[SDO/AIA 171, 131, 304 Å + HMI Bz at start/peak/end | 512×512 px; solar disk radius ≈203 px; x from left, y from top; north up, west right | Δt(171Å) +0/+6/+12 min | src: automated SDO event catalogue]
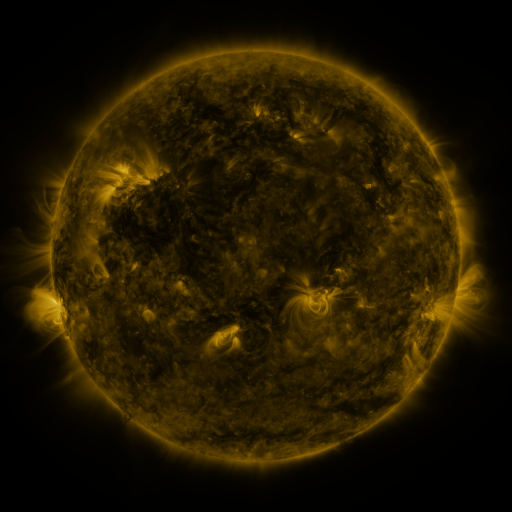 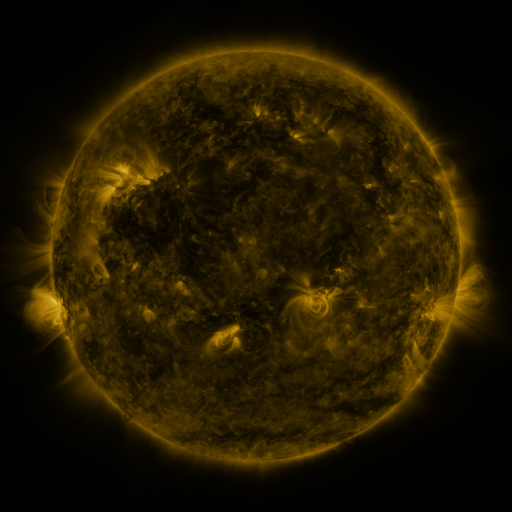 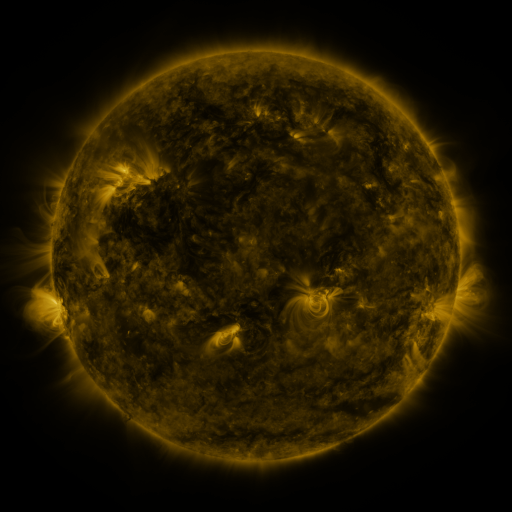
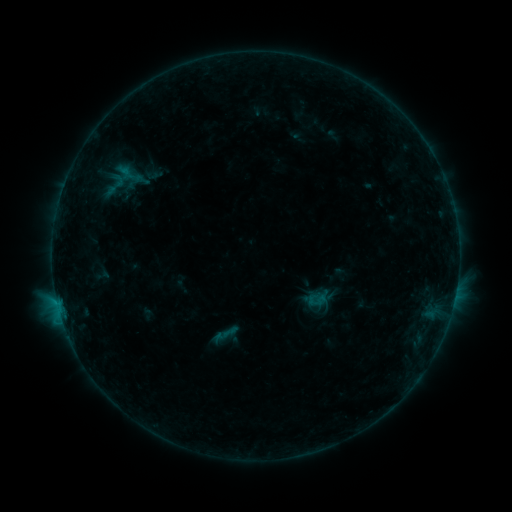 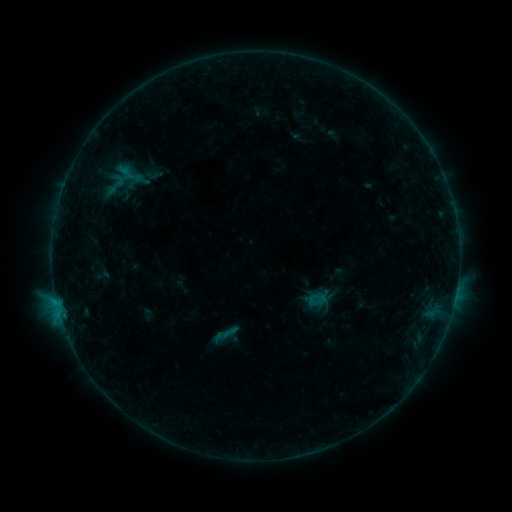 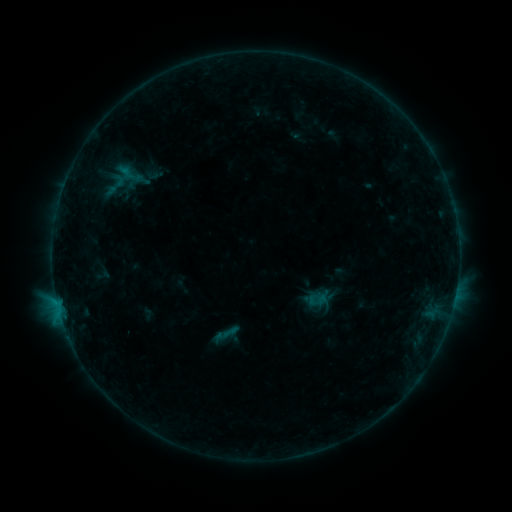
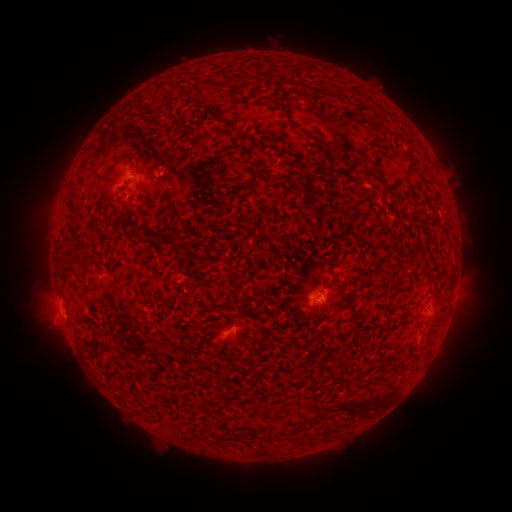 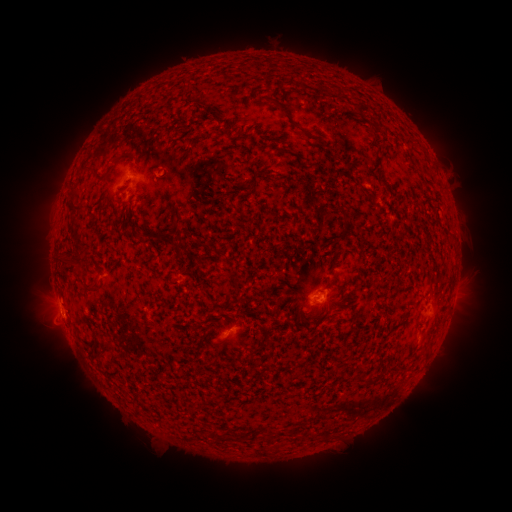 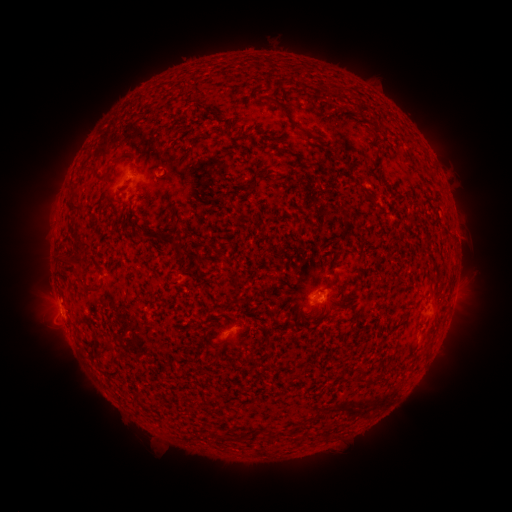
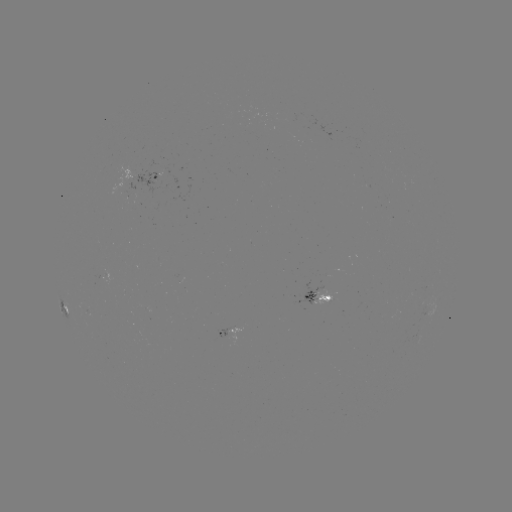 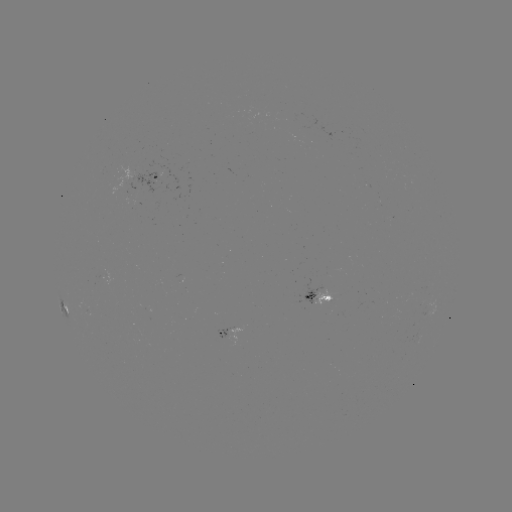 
no classed flare was catalogued and no EUV brightening was flagged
